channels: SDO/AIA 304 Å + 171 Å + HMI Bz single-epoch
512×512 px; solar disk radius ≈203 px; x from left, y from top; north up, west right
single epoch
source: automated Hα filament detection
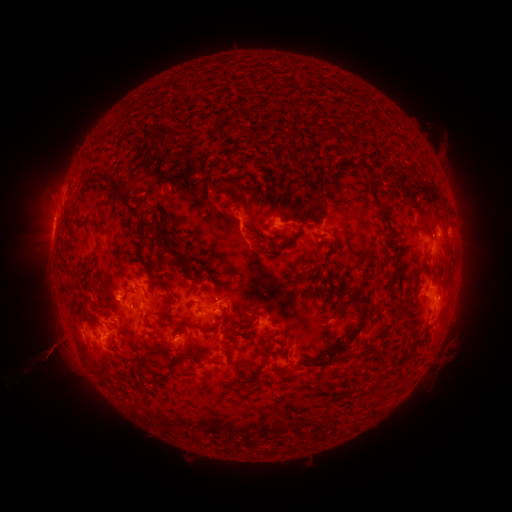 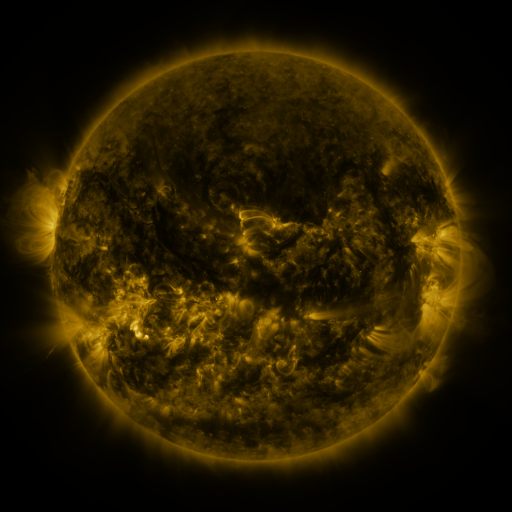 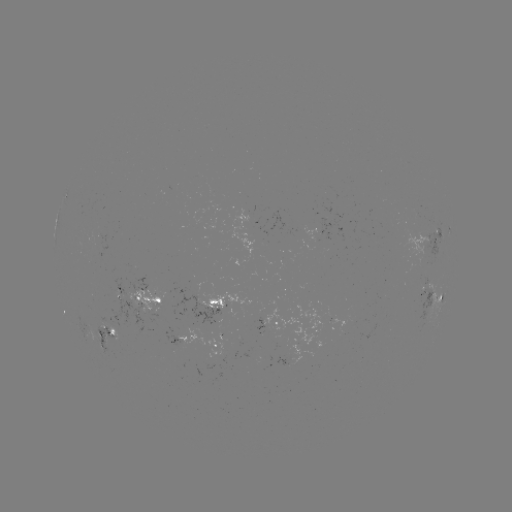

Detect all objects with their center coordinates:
filament: (219, 115)
filament: (322, 130)
filament: (327, 159)
filament: (365, 166)
filament: (406, 192)
filament: (438, 196)
filament: (244, 201)
filament: (134, 211)
filament: (427, 225)
filament: (96, 226)
filament: (165, 247)
filament: (279, 250)
filament: (213, 274)
filament: (78, 276)
filament: (130, 302)
filament: (167, 307)
filament: (205, 329)
filament: (342, 344)
filament: (179, 349)
filament: (282, 350)
filament: (284, 368)
filament: (139, 371)
filament: (290, 374)
